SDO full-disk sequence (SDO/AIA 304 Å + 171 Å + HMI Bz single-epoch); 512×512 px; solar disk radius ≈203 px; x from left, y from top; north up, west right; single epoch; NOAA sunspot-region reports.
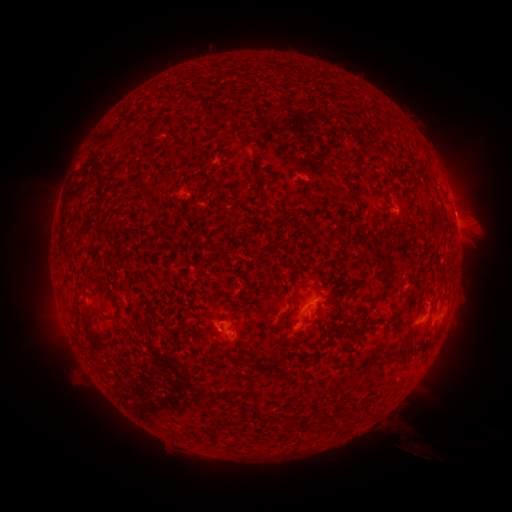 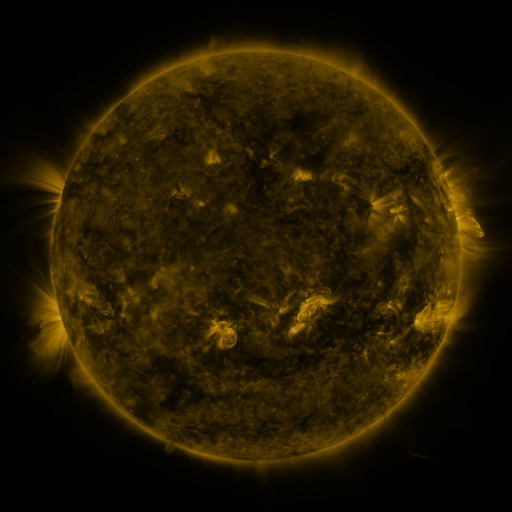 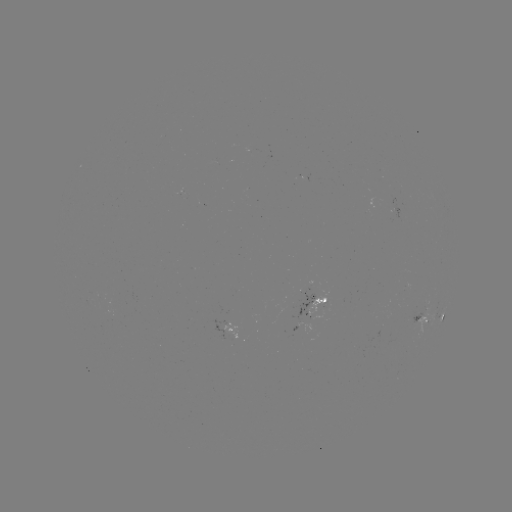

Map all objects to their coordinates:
spotted active region: (456, 224)
spotted active region: (310, 294)
spotted active region: (443, 310)
spotted active region: (424, 317)
spotted active region: (233, 328)
